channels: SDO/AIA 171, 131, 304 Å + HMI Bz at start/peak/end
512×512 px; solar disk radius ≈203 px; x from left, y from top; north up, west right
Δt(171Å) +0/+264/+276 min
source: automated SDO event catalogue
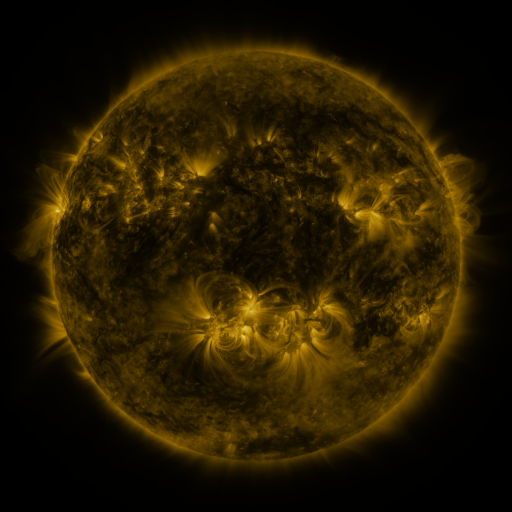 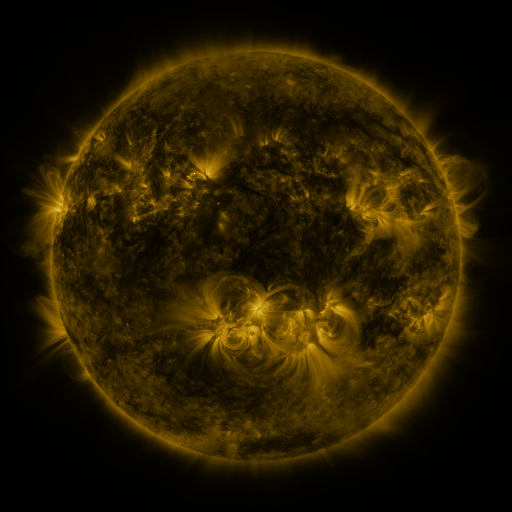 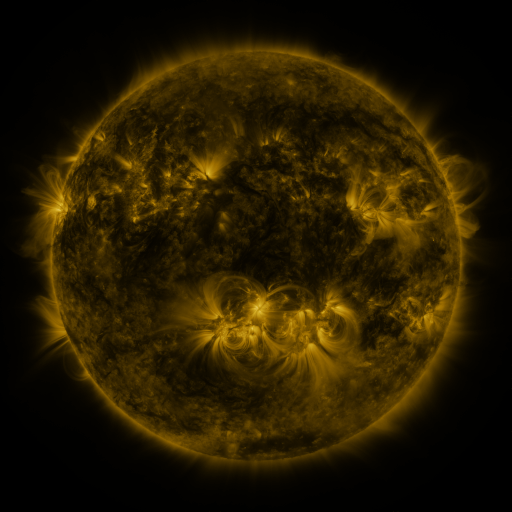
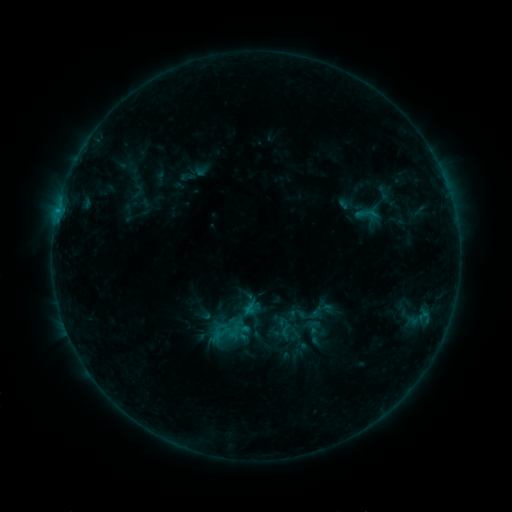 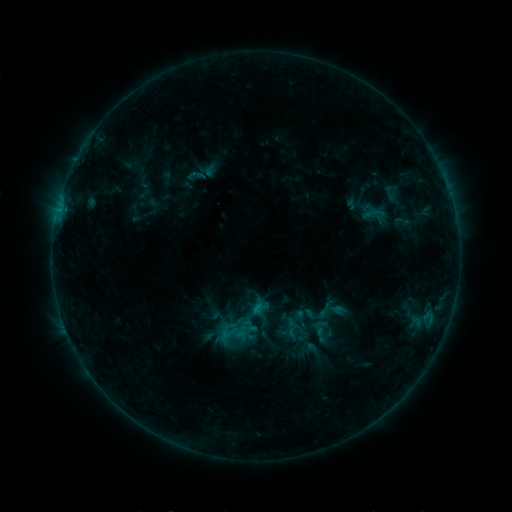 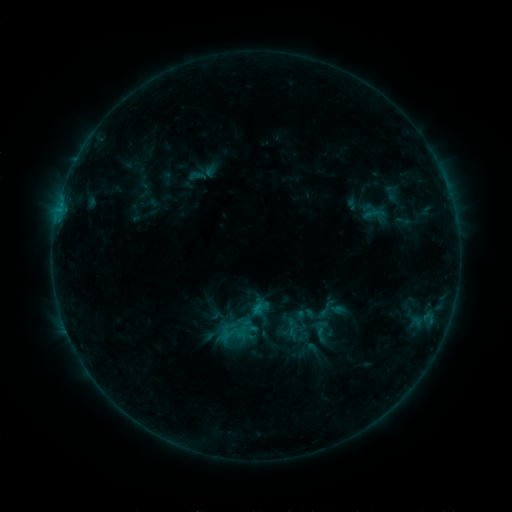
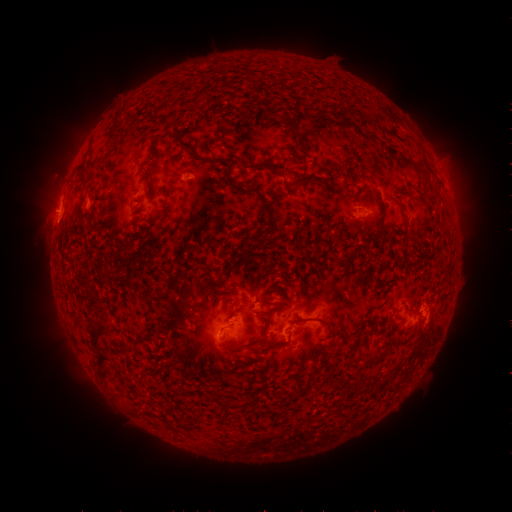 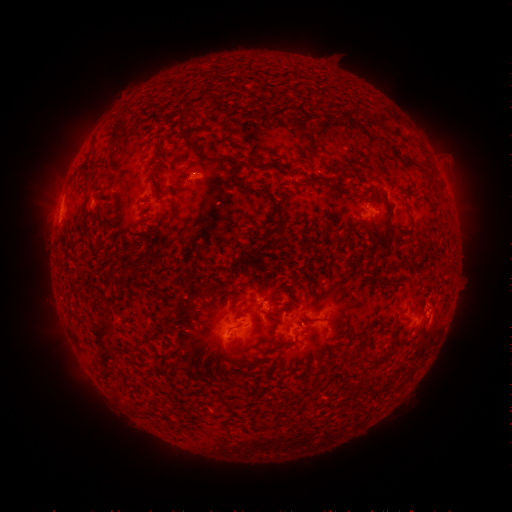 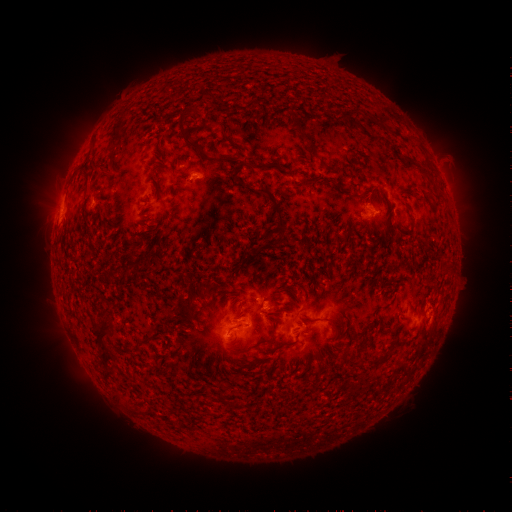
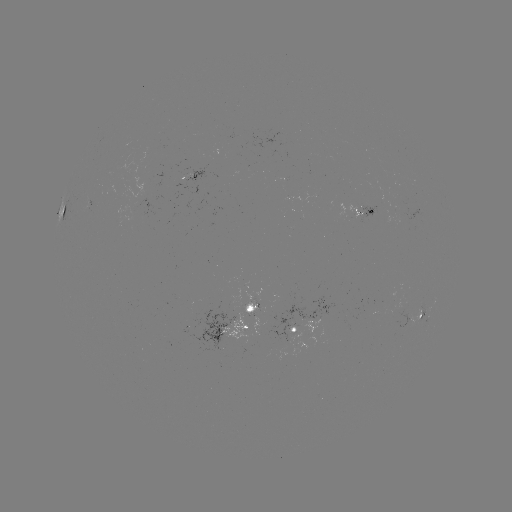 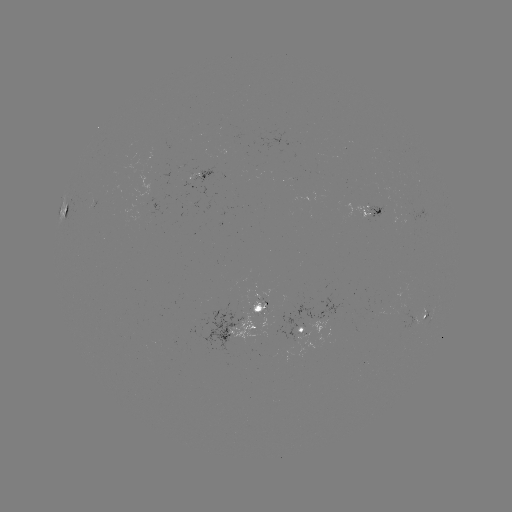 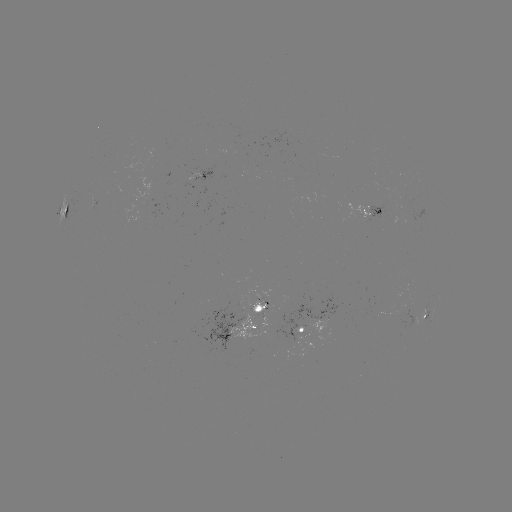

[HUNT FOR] emerging-flux region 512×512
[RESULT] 372,210